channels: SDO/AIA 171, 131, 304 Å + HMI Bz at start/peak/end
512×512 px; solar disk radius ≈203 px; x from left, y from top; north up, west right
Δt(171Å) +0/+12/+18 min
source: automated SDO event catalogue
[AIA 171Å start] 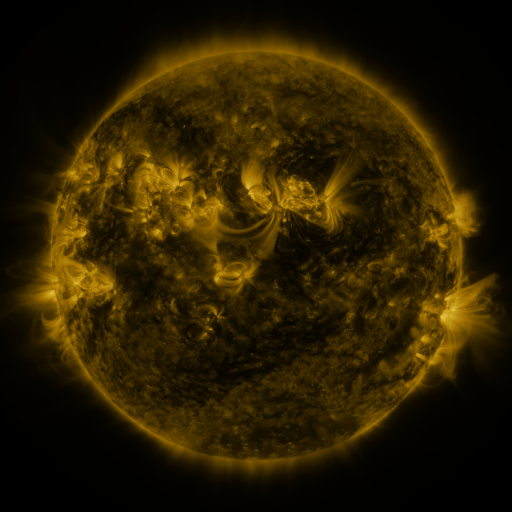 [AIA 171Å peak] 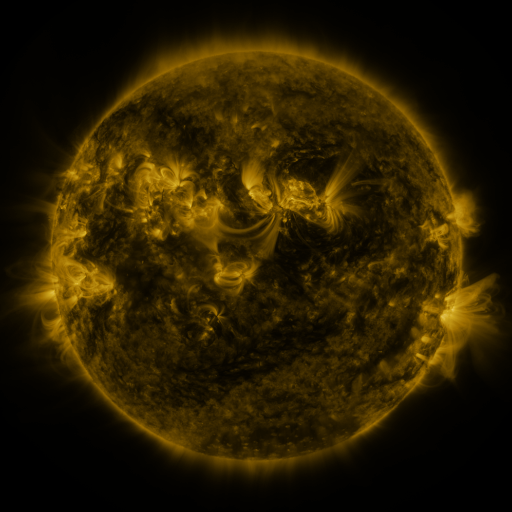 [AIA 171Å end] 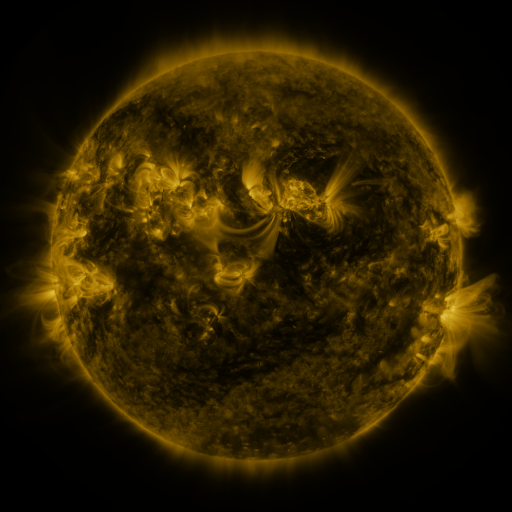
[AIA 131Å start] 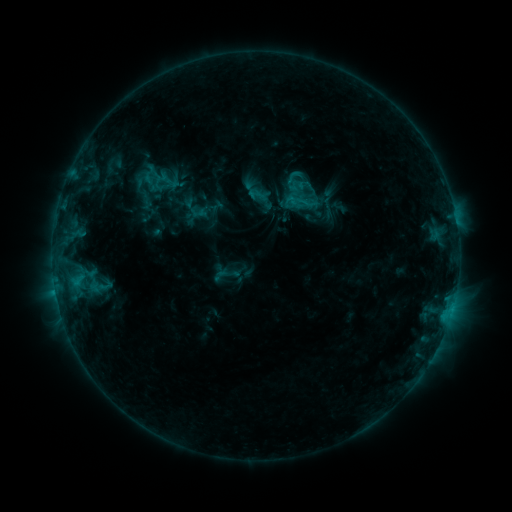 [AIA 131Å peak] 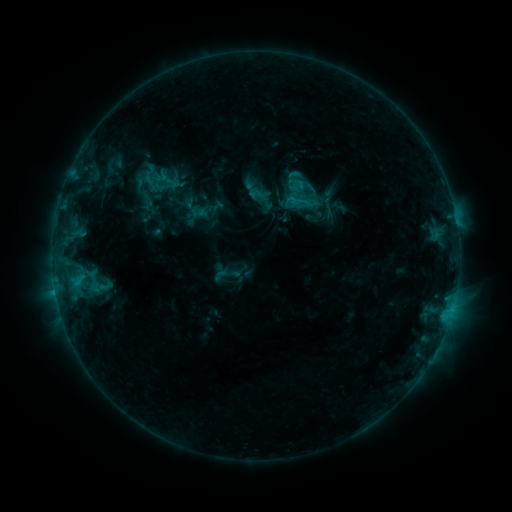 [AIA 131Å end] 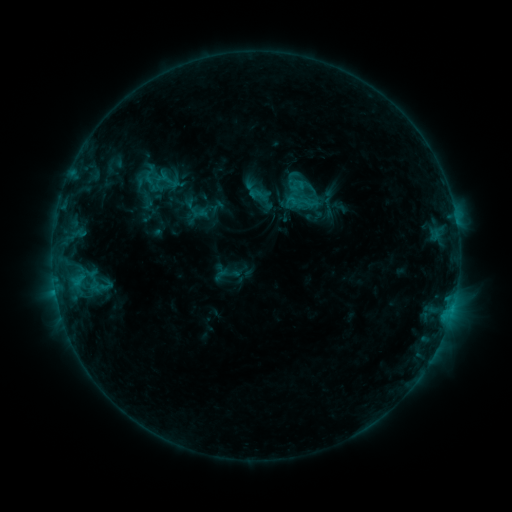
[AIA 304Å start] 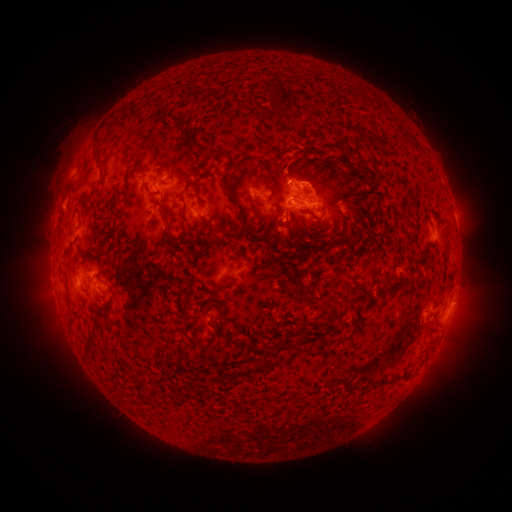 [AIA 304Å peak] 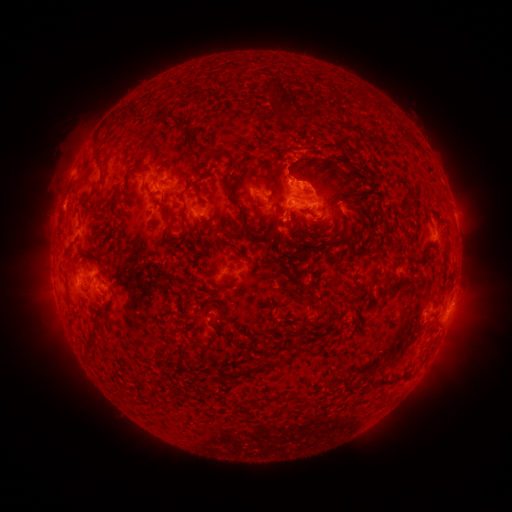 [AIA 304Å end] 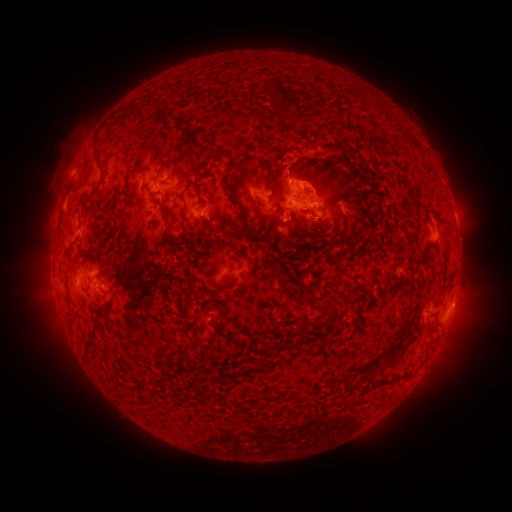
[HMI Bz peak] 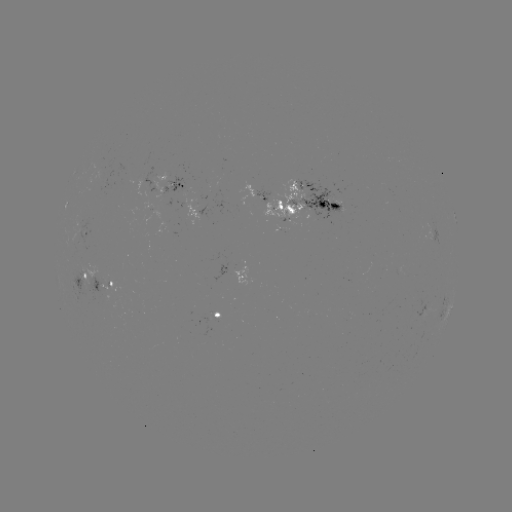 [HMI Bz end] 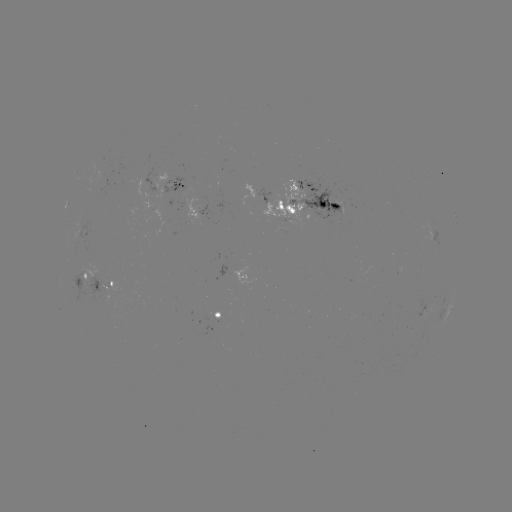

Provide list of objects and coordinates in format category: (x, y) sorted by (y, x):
eruption: (299, 152)
